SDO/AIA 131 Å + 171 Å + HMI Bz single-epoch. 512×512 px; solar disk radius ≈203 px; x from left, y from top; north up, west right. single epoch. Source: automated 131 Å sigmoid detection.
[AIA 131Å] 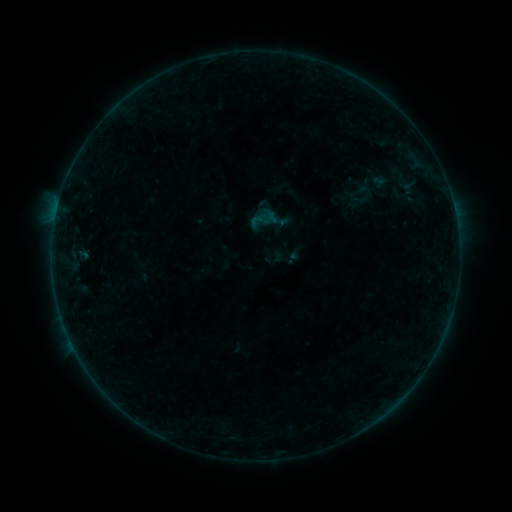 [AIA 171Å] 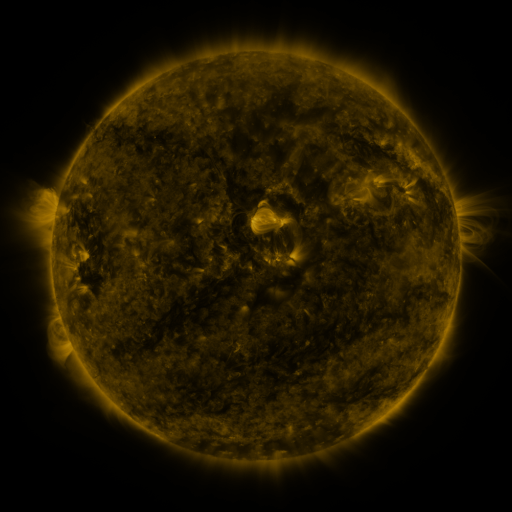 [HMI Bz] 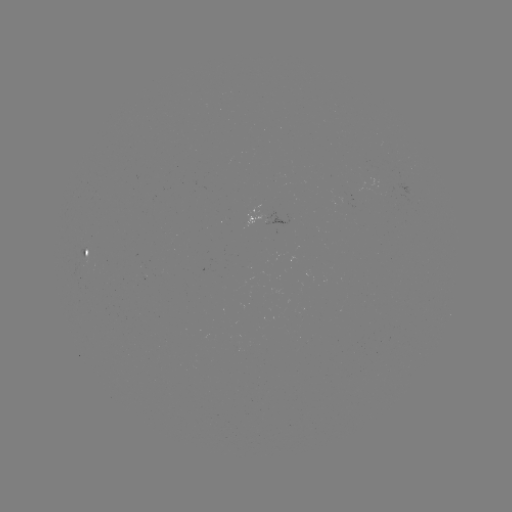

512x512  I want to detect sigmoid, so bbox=[348, 189, 372, 210].